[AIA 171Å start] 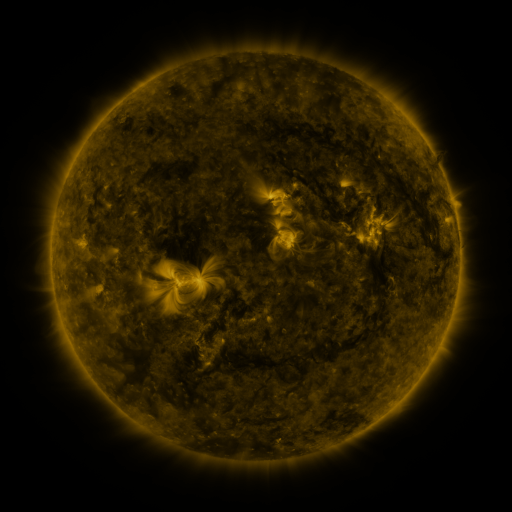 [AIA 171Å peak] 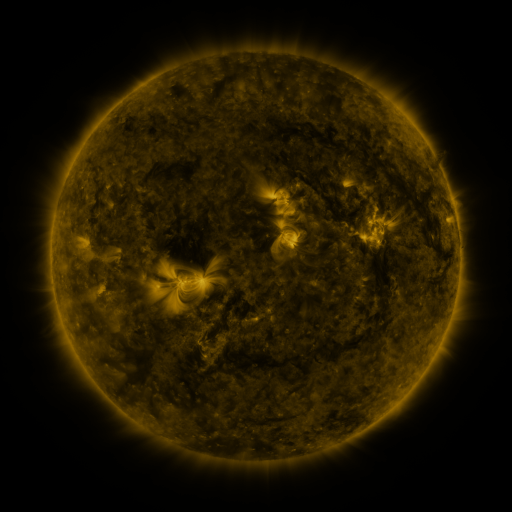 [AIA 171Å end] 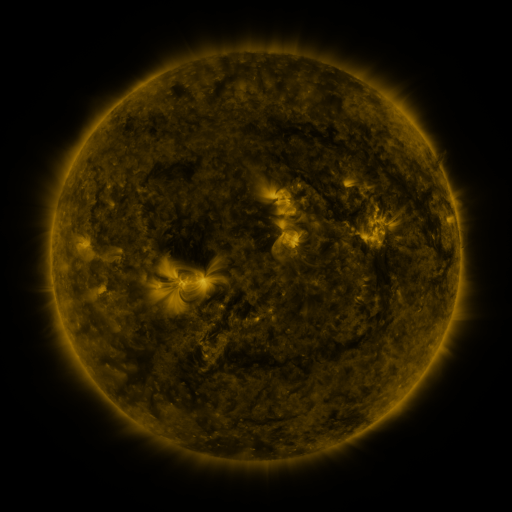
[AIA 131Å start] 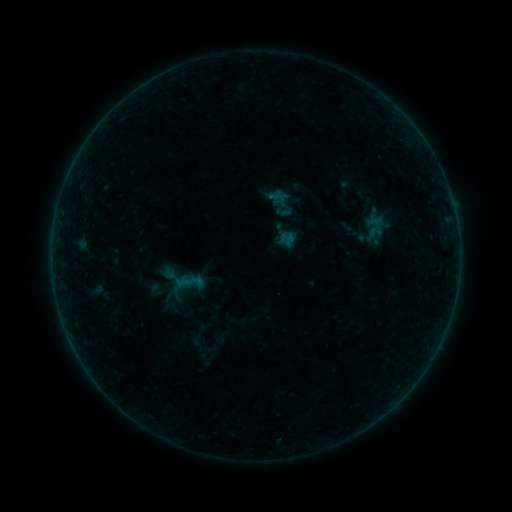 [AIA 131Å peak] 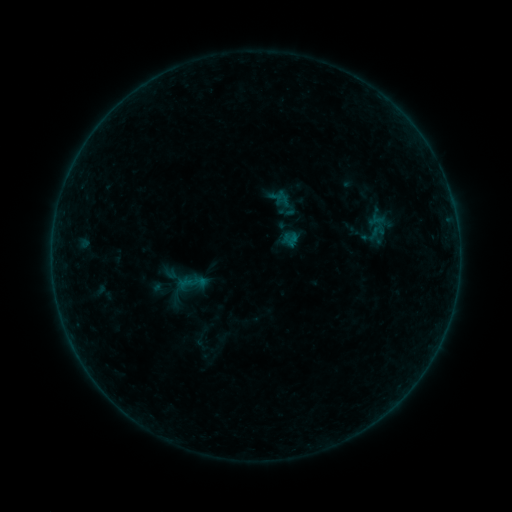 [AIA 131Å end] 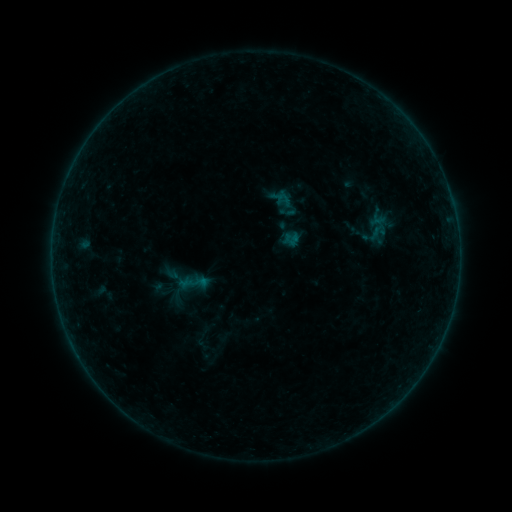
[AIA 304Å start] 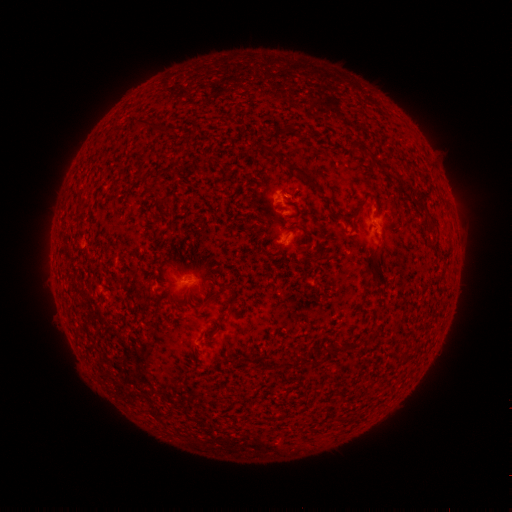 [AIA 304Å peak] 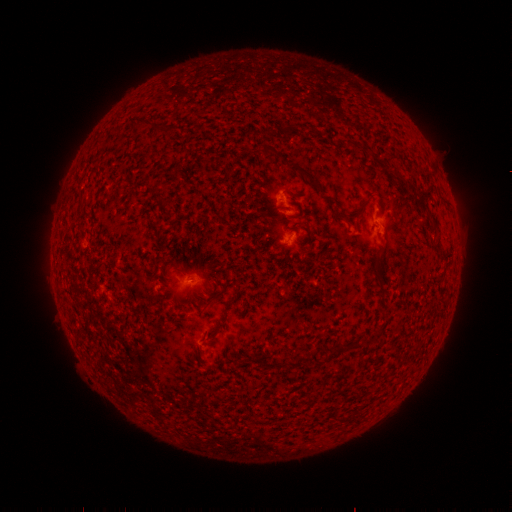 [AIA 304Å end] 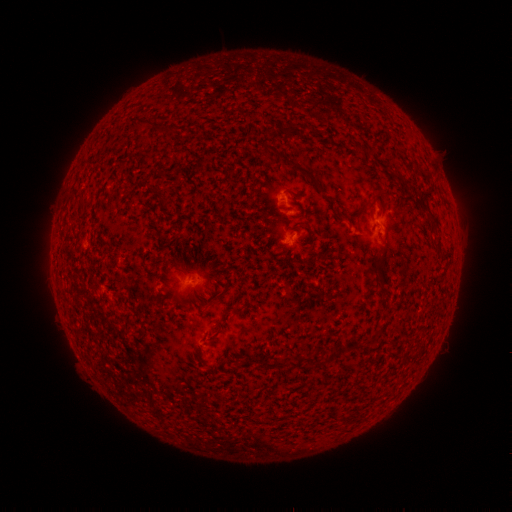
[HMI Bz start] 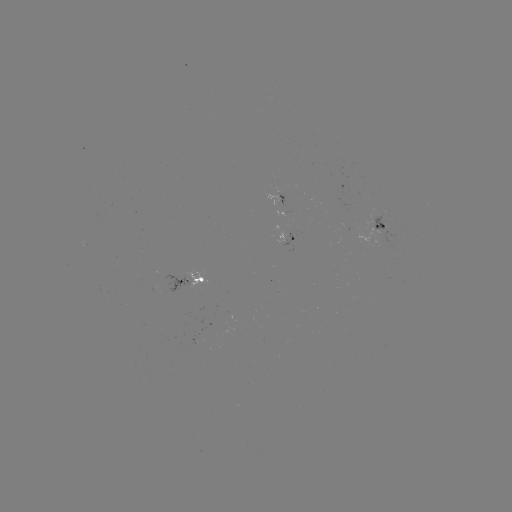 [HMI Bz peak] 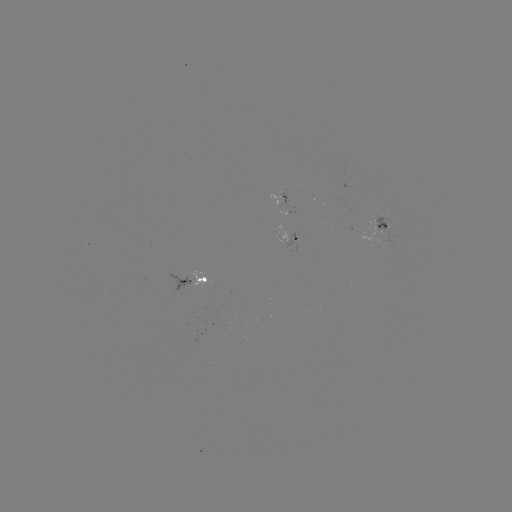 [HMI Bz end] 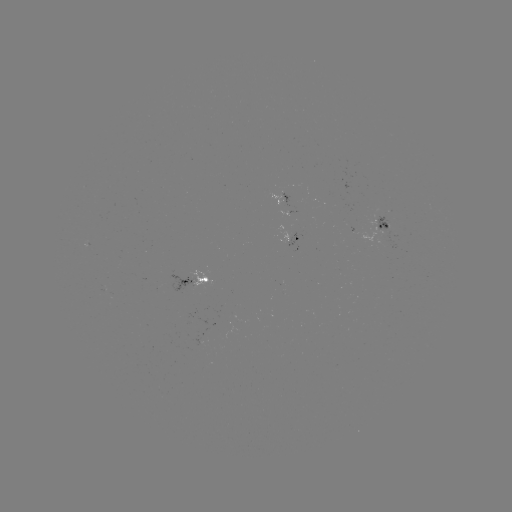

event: emerging-flux region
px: (374, 218)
